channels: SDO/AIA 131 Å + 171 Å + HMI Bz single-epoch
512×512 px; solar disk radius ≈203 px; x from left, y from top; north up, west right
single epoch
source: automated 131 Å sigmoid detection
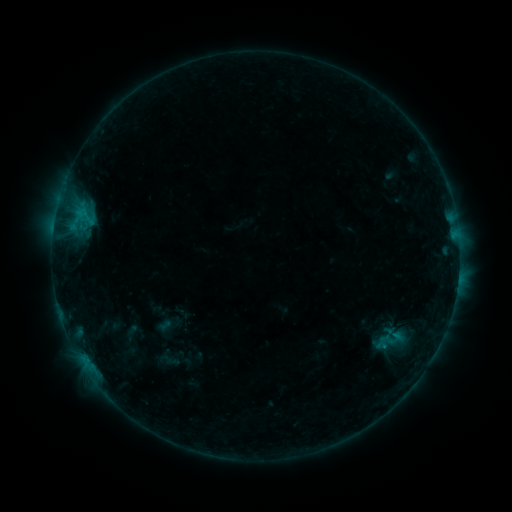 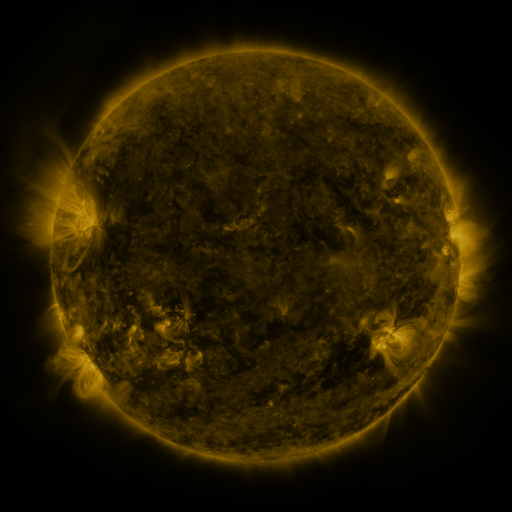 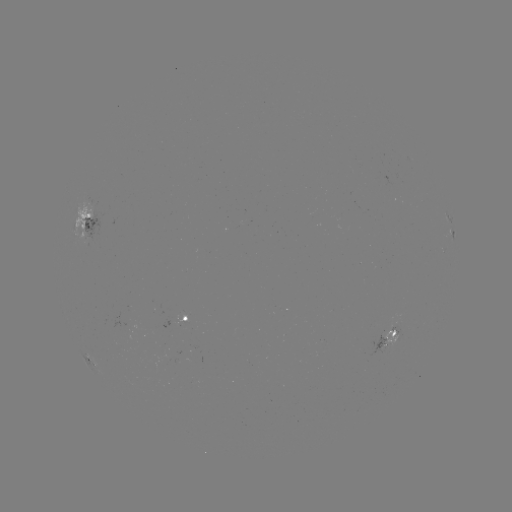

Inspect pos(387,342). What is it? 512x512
sigmoid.